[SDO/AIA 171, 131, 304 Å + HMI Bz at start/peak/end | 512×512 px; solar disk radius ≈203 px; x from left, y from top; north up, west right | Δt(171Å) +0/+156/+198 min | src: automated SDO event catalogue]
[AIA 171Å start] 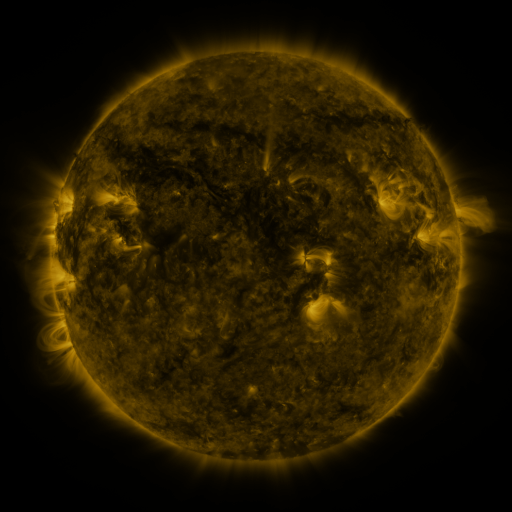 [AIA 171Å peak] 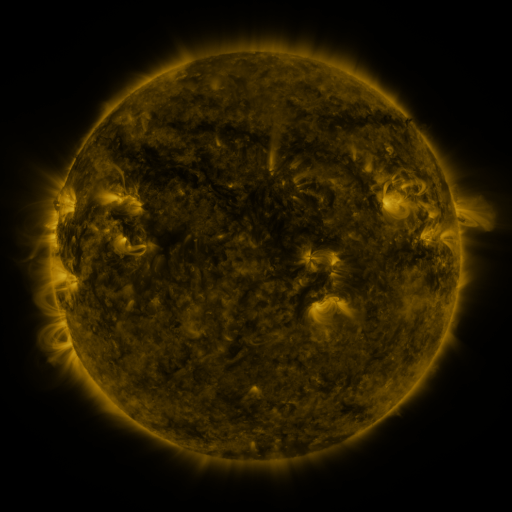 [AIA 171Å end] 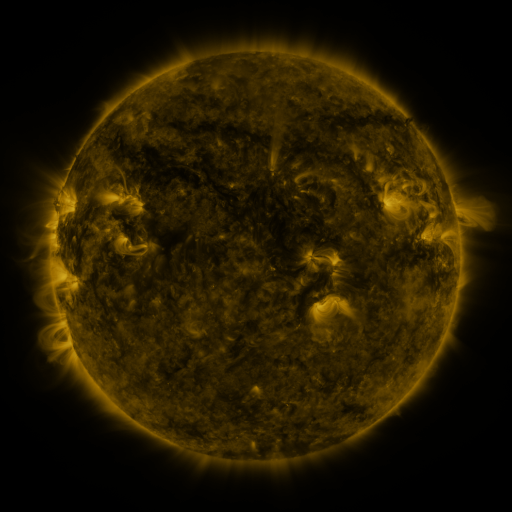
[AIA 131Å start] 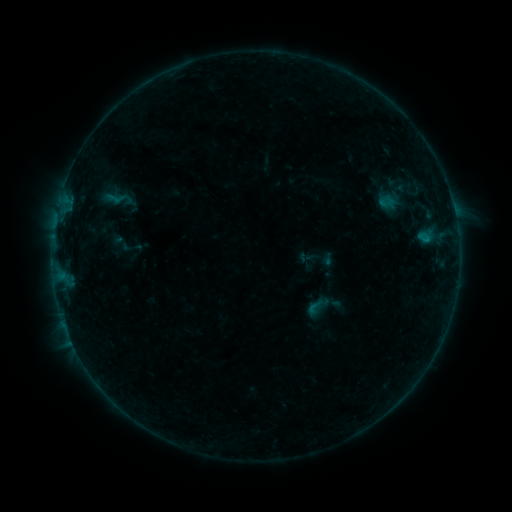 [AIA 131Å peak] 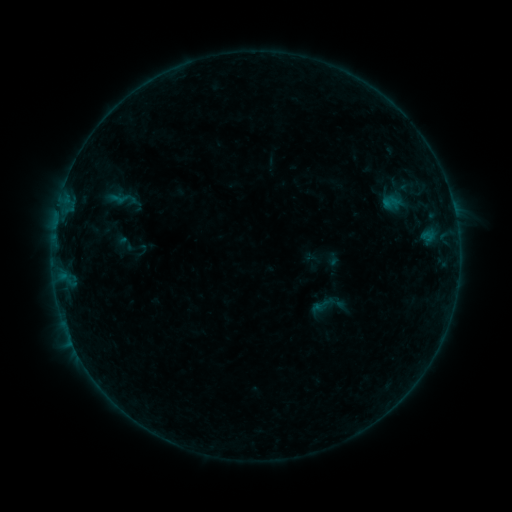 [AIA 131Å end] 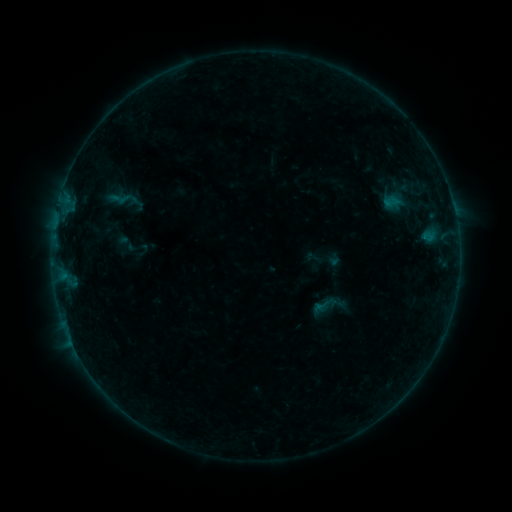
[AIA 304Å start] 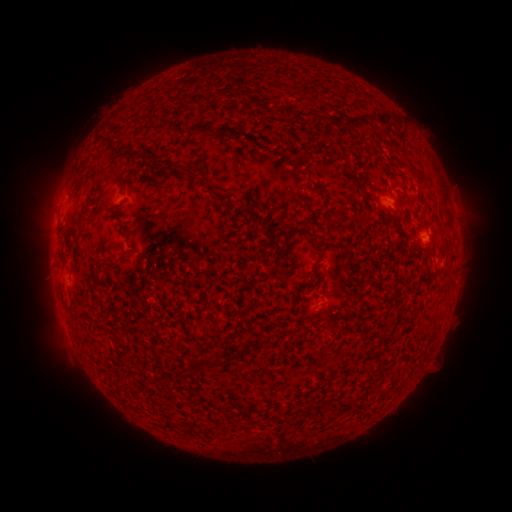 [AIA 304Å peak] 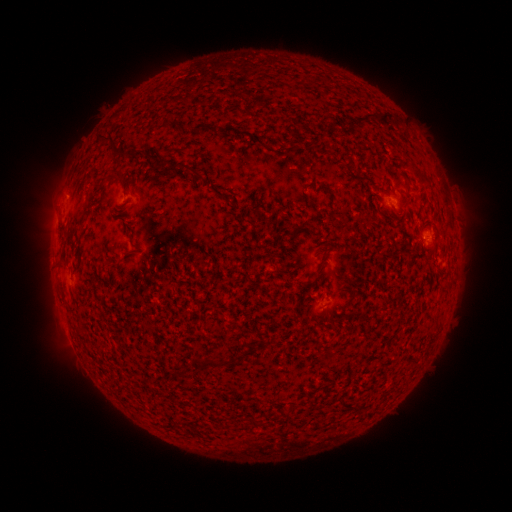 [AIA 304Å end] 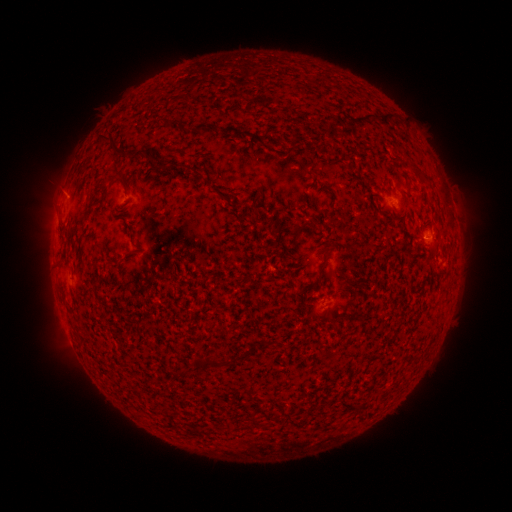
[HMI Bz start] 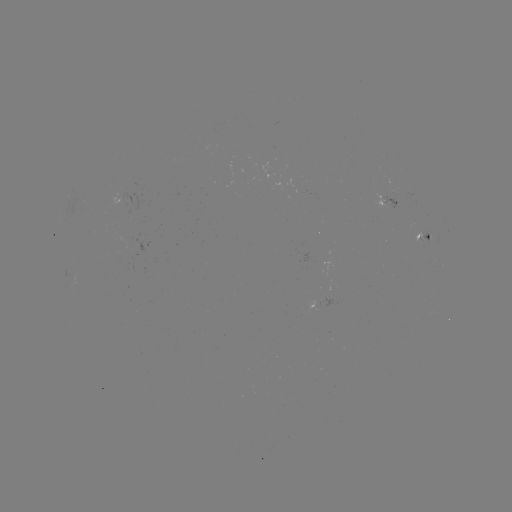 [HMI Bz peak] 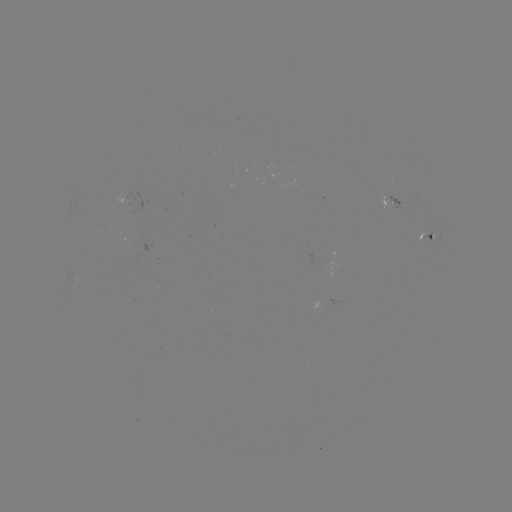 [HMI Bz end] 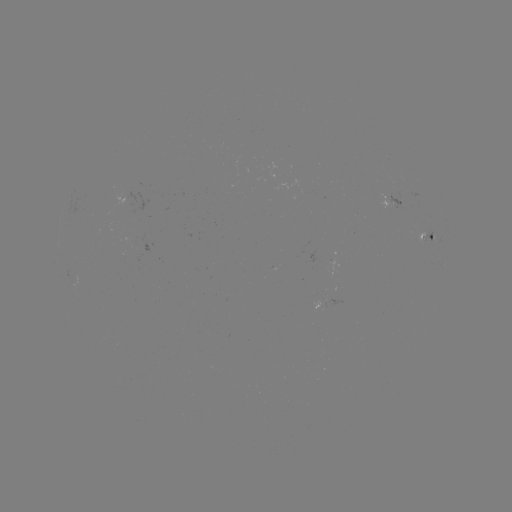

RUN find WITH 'emerging-flux region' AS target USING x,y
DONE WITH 426,240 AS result